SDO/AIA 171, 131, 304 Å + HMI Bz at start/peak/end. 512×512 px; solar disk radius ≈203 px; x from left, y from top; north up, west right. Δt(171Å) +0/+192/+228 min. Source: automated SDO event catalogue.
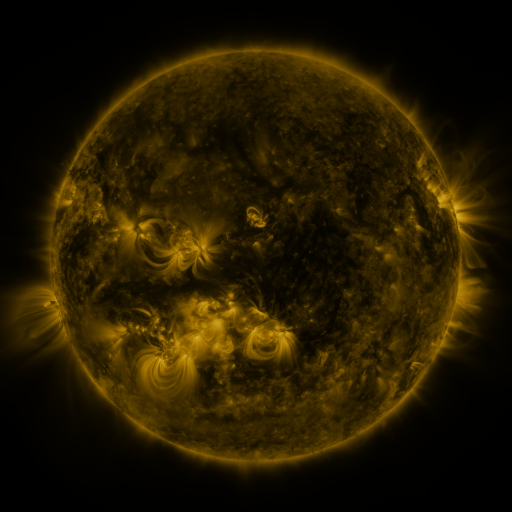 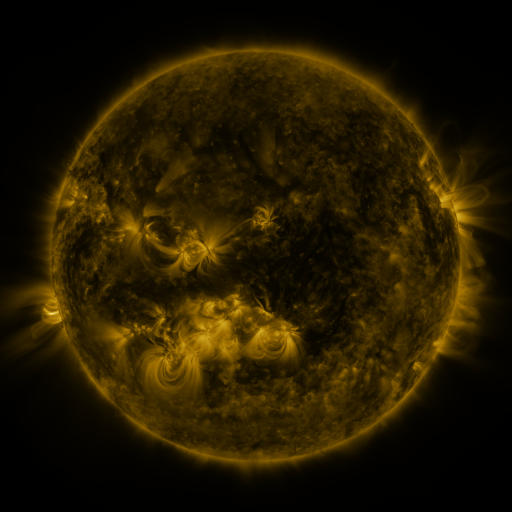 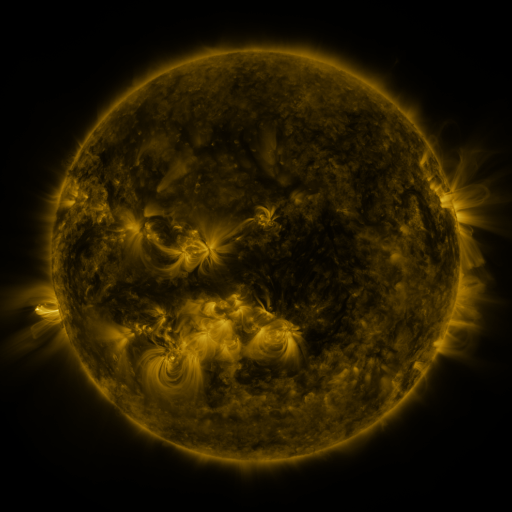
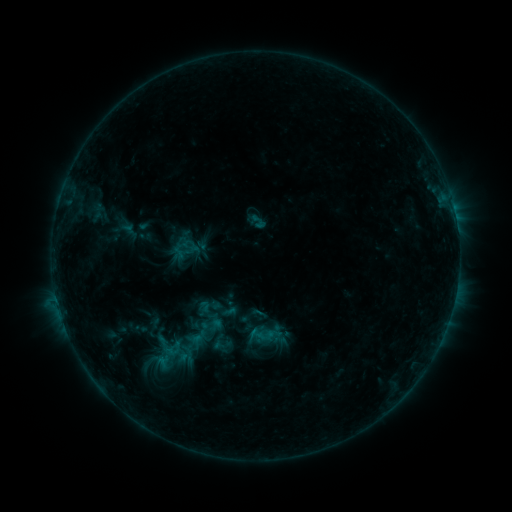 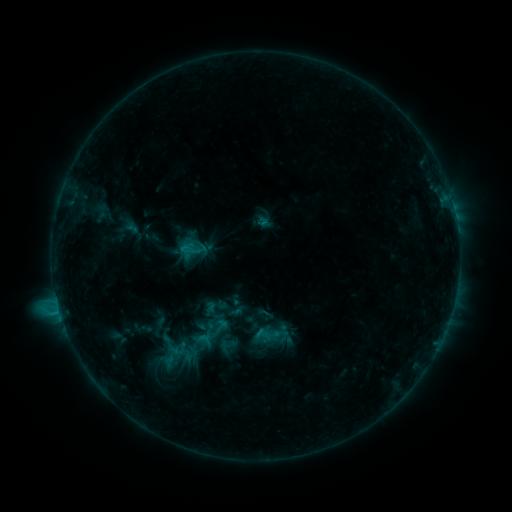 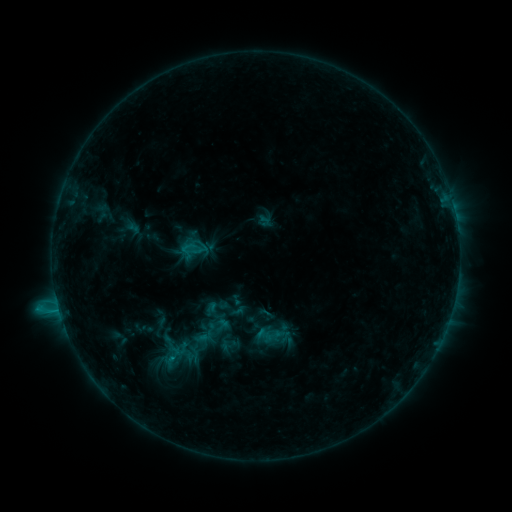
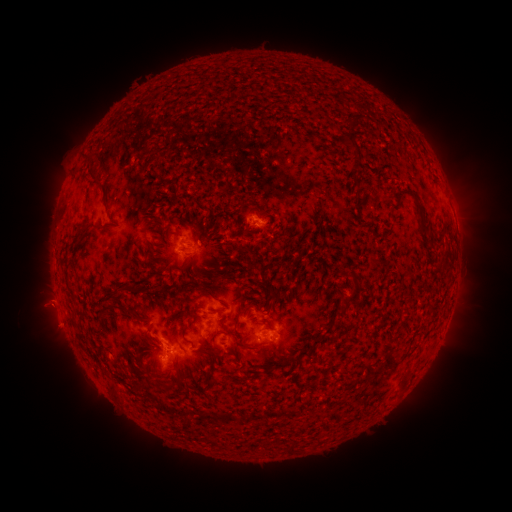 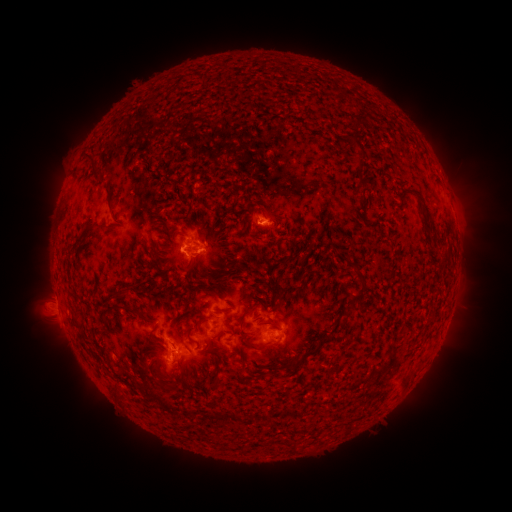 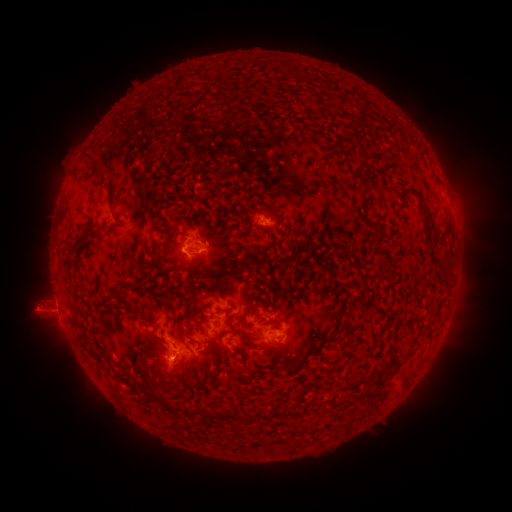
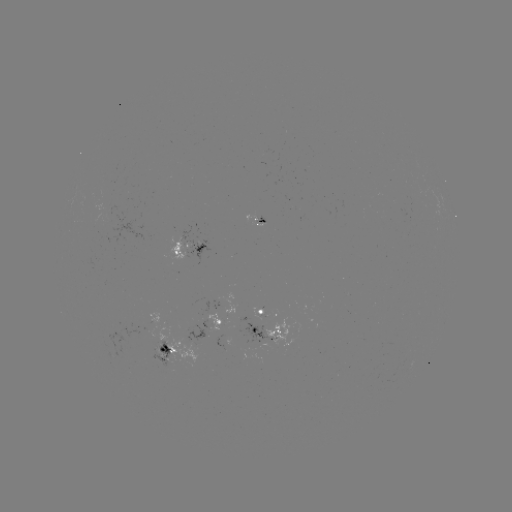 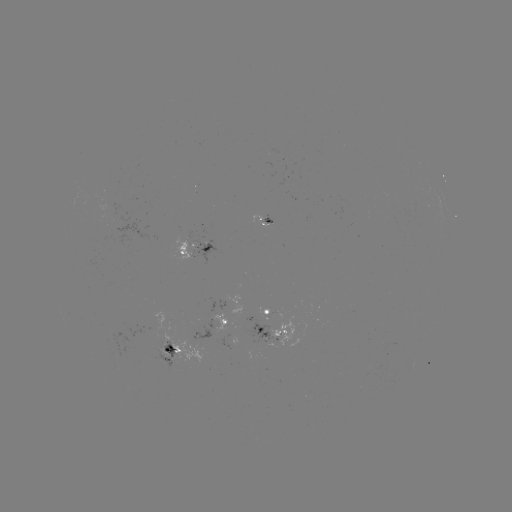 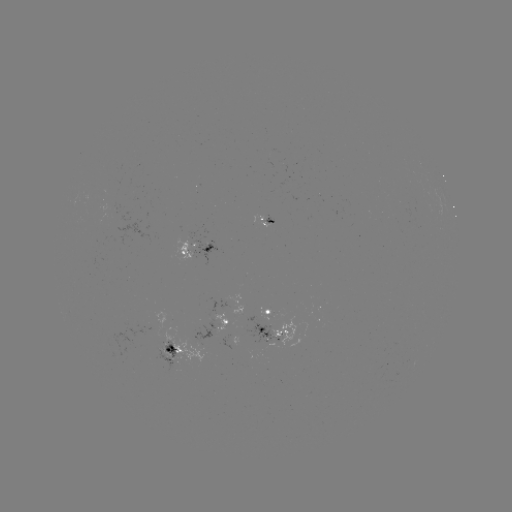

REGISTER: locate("emerging-flux region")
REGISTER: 266,309